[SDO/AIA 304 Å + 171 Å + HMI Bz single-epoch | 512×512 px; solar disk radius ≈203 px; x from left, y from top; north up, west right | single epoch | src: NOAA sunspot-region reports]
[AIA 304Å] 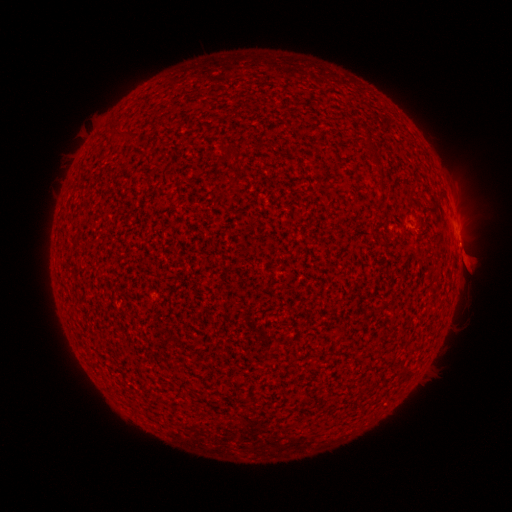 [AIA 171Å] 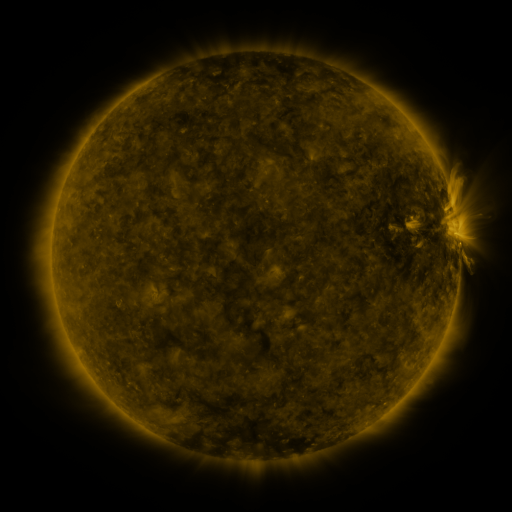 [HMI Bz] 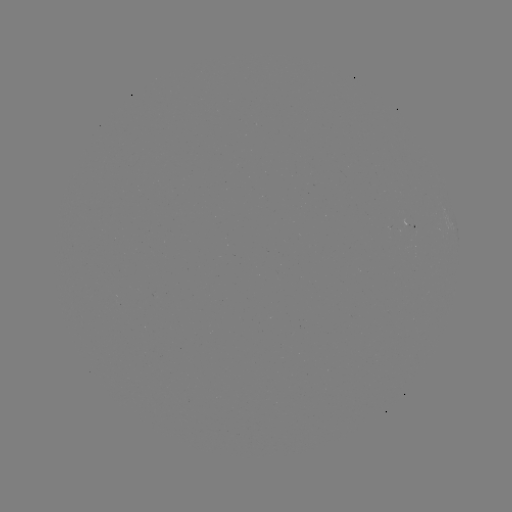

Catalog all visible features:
spotted active region: (406, 225)
spotted active region: (458, 234)
